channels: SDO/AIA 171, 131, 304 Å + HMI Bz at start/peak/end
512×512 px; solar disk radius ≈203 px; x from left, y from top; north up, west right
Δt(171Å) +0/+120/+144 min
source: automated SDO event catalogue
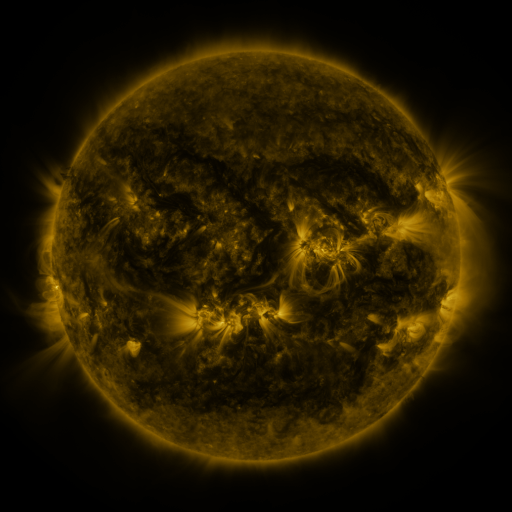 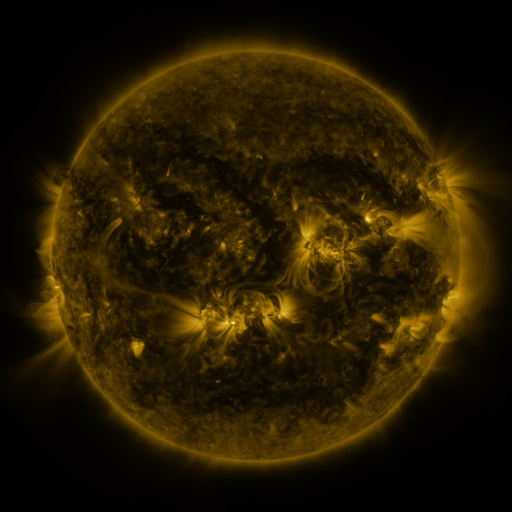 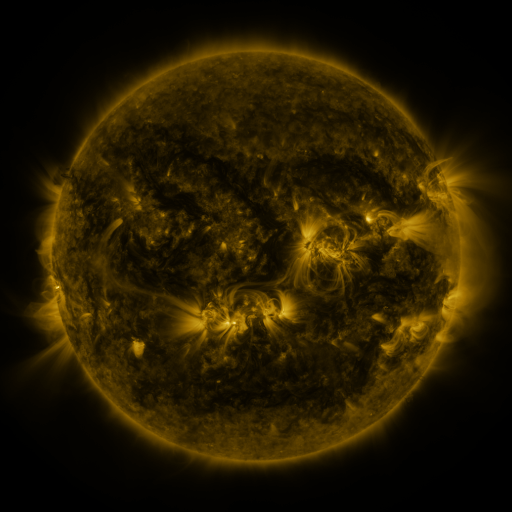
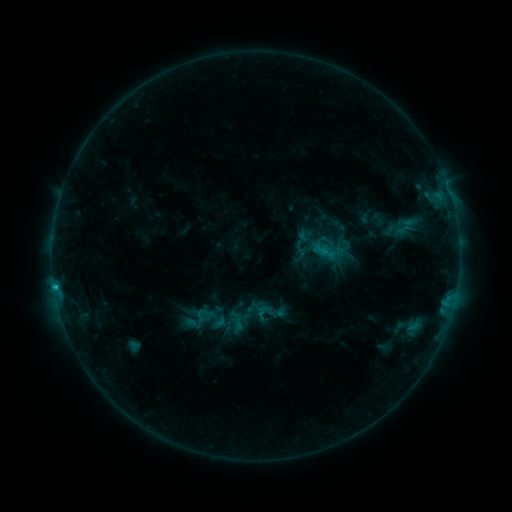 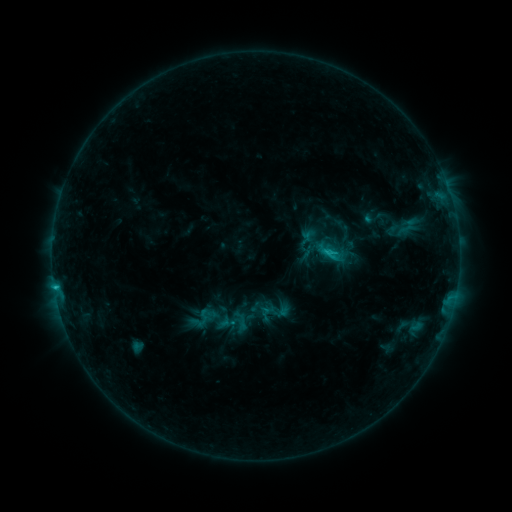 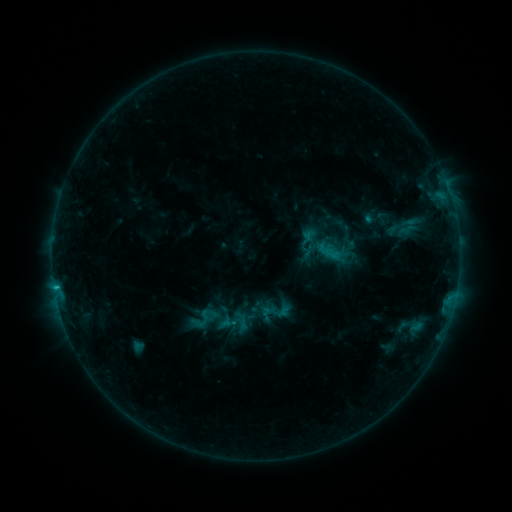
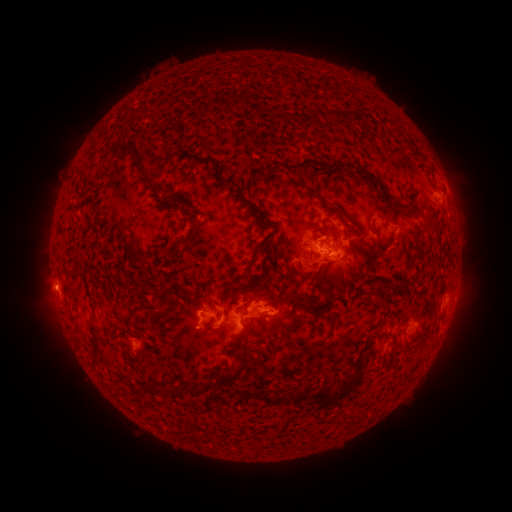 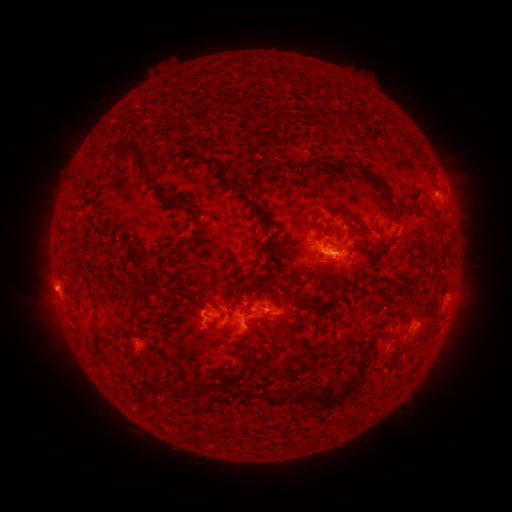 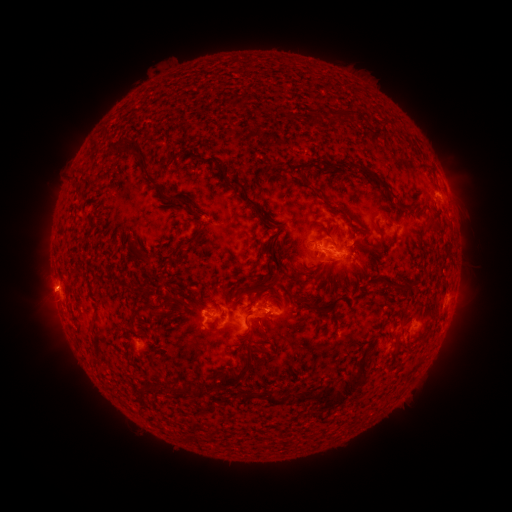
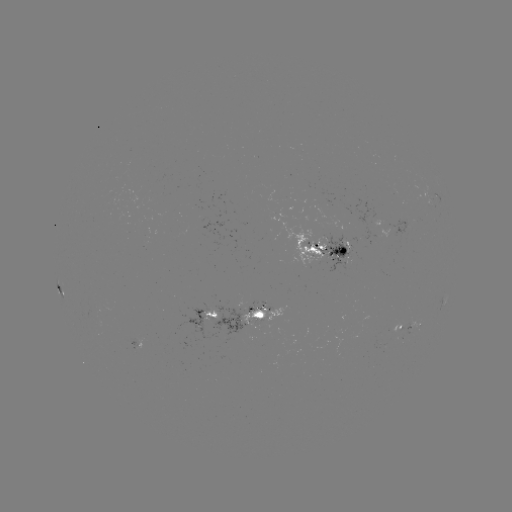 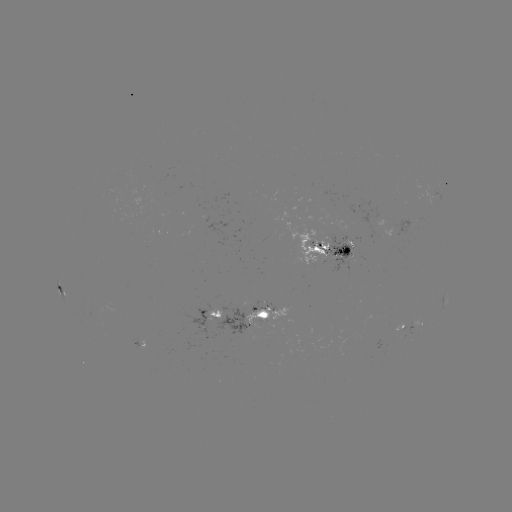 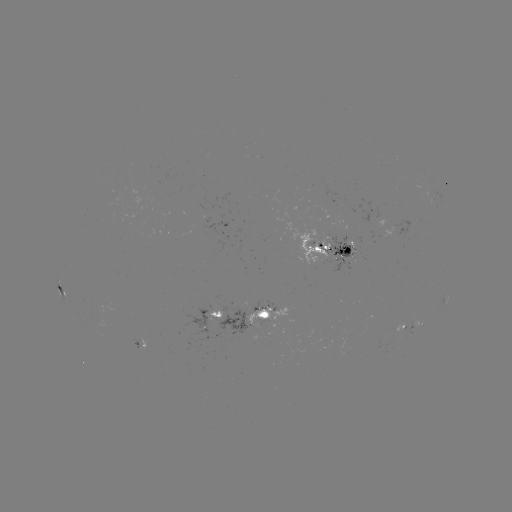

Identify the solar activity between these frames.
emerging-flux region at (95, 314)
